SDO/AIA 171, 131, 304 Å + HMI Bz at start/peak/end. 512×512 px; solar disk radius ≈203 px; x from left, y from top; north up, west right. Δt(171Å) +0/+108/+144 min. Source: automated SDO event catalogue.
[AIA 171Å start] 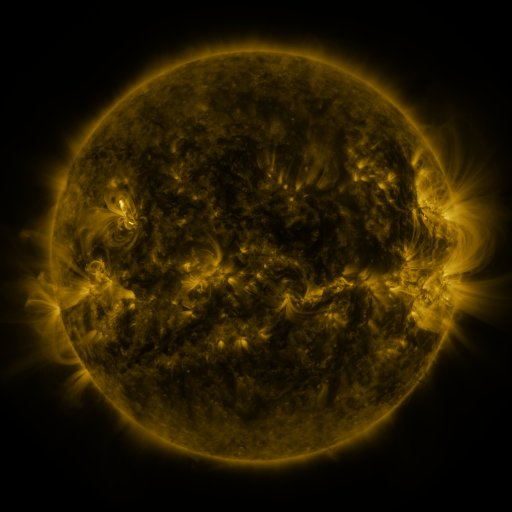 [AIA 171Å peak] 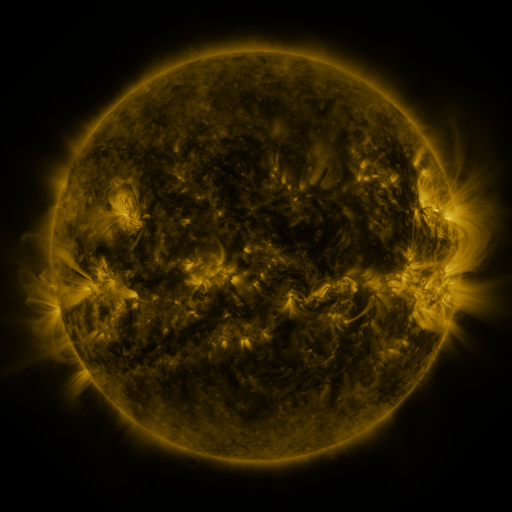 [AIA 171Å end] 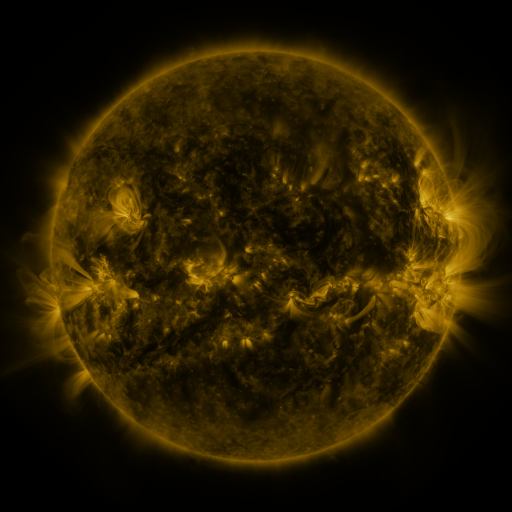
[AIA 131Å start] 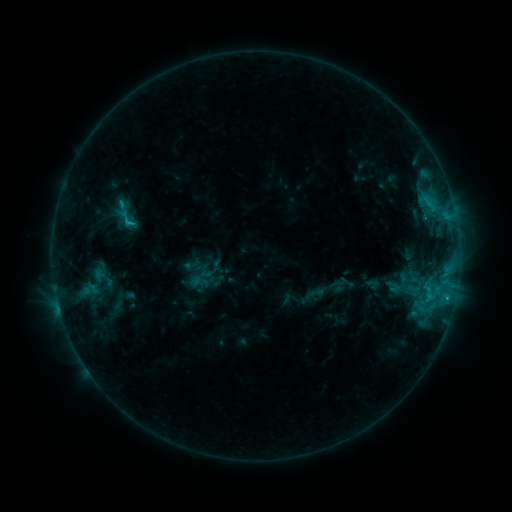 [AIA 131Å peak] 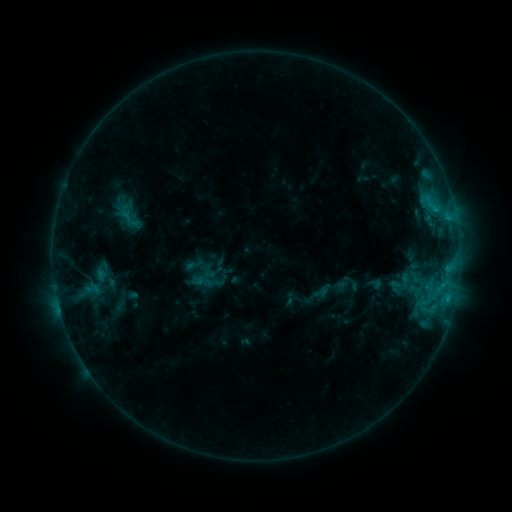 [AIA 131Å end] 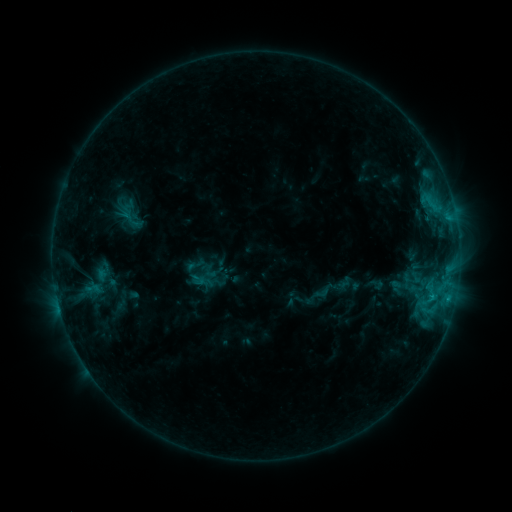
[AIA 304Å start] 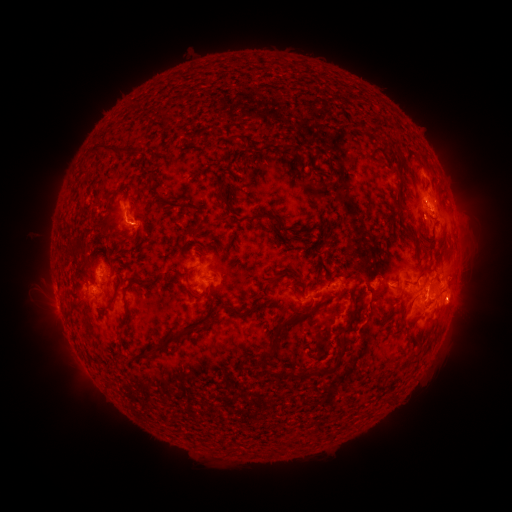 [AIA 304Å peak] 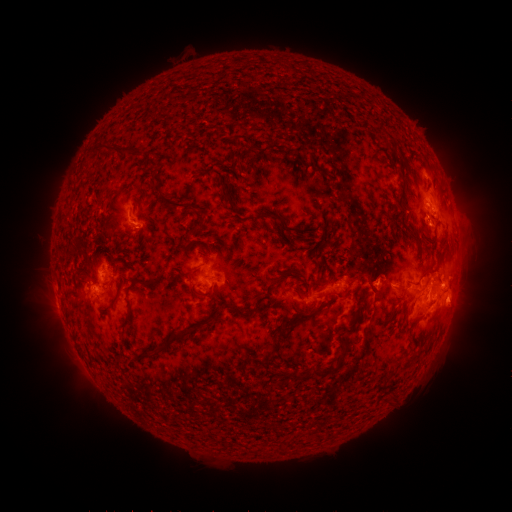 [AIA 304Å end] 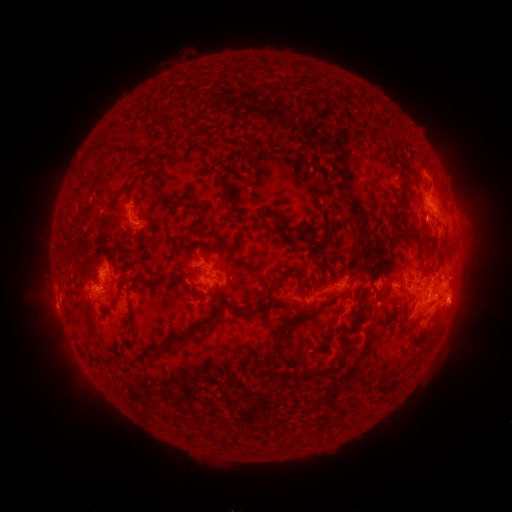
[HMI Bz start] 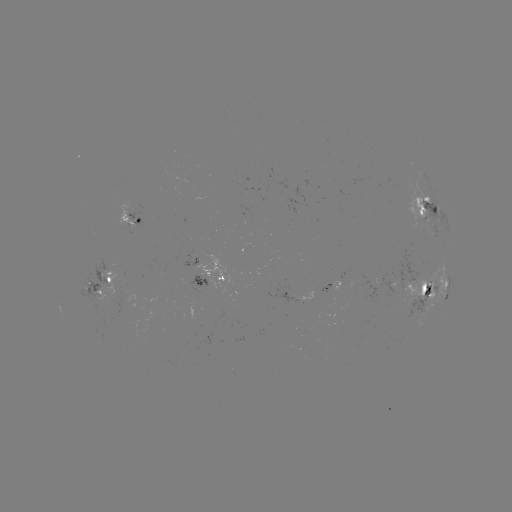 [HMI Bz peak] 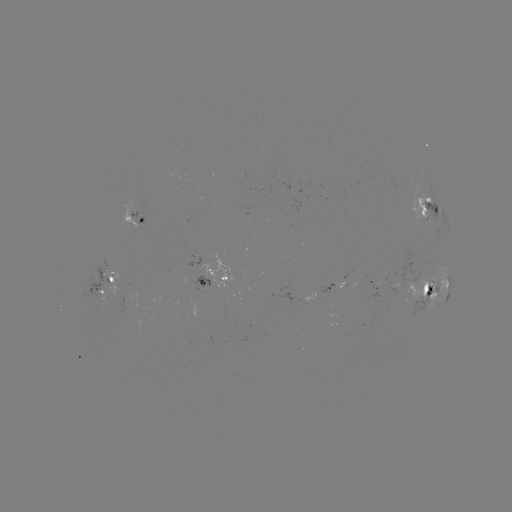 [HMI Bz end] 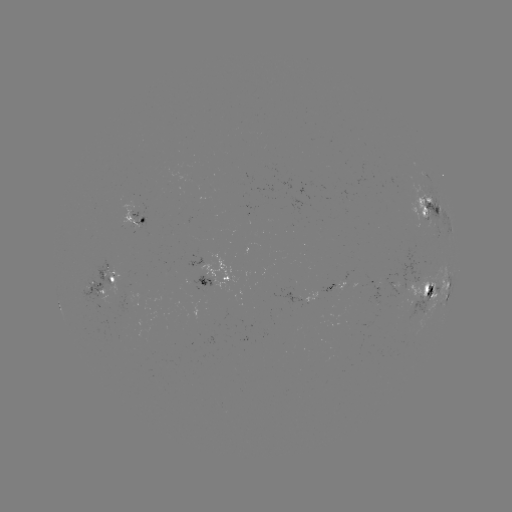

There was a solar emerging-flux region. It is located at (139, 221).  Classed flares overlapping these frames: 2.